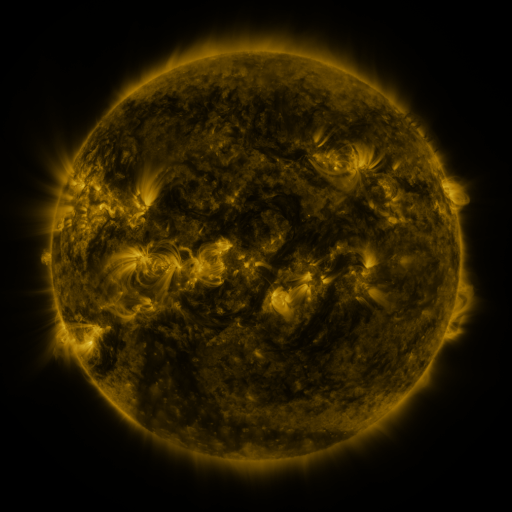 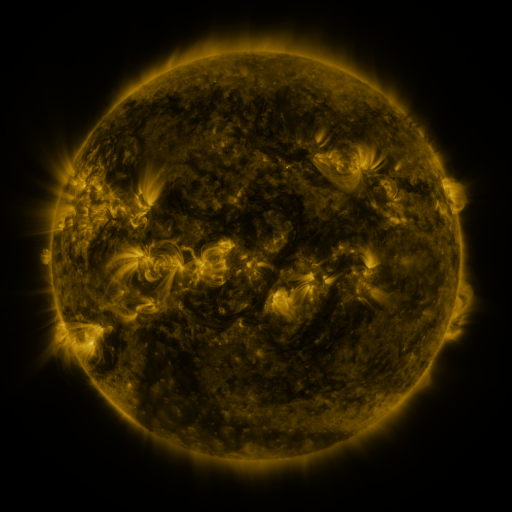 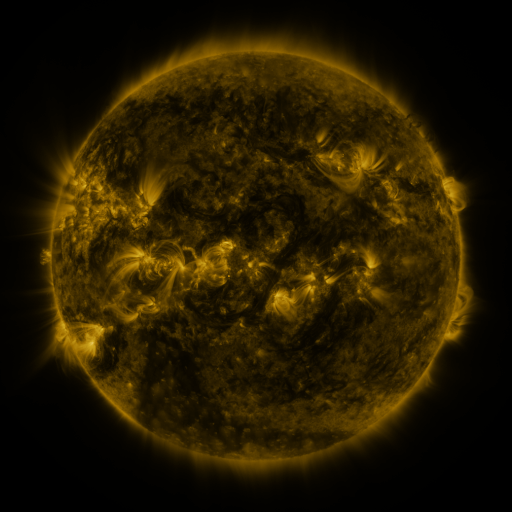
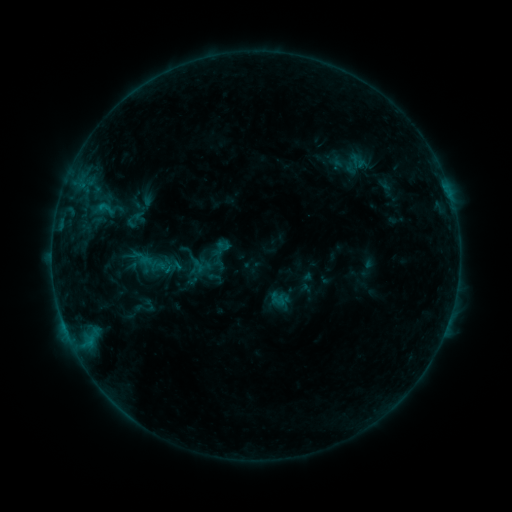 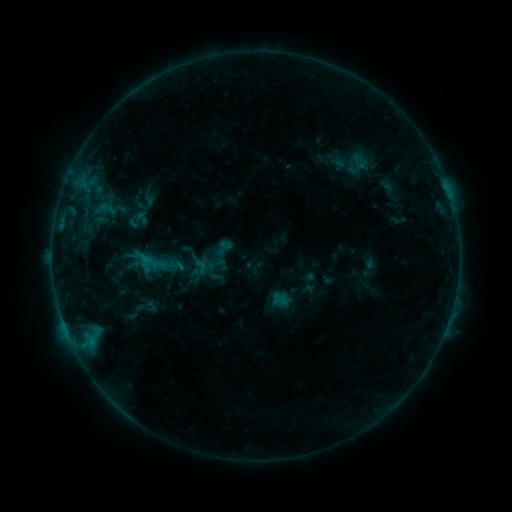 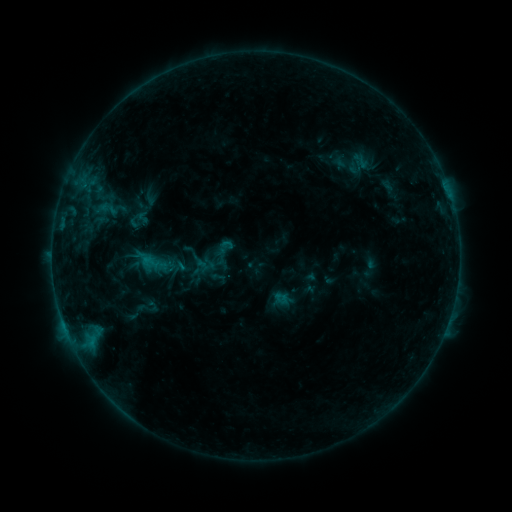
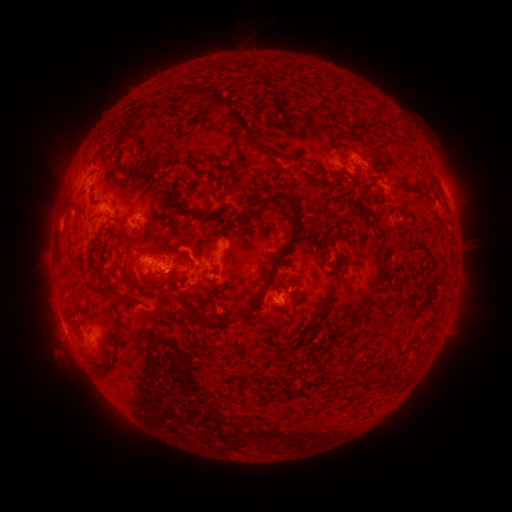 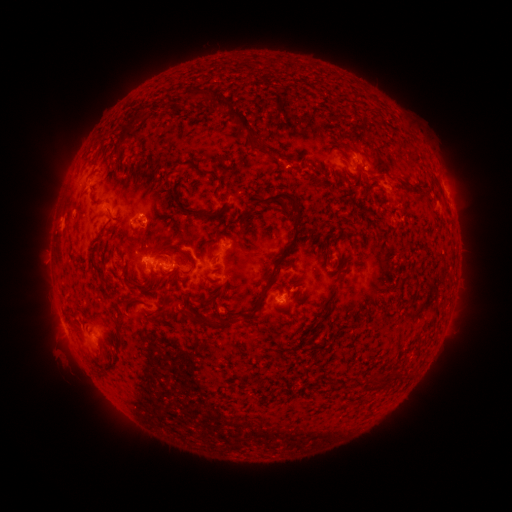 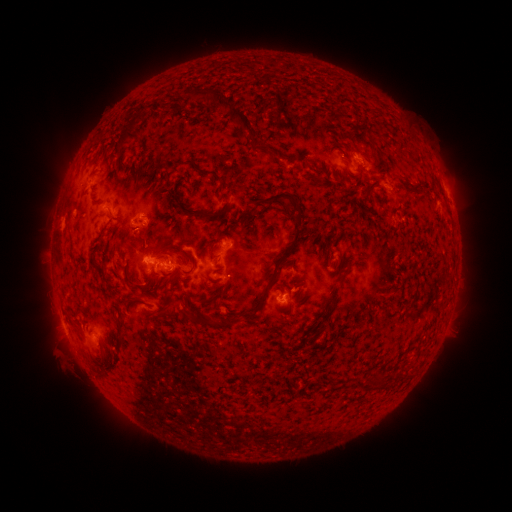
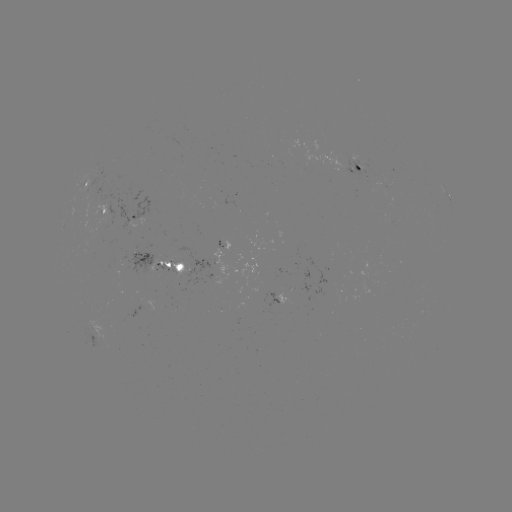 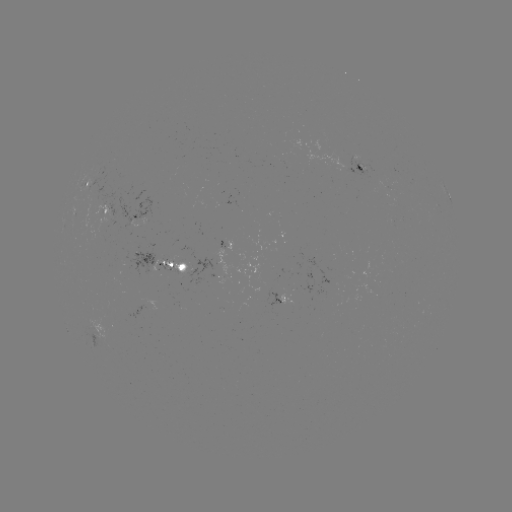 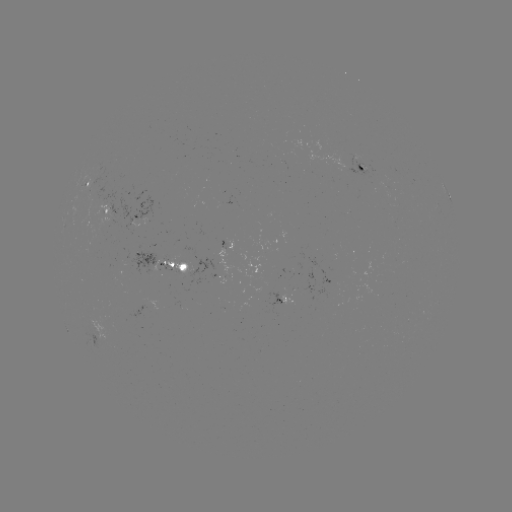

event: emerging-flux region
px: (140, 256)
